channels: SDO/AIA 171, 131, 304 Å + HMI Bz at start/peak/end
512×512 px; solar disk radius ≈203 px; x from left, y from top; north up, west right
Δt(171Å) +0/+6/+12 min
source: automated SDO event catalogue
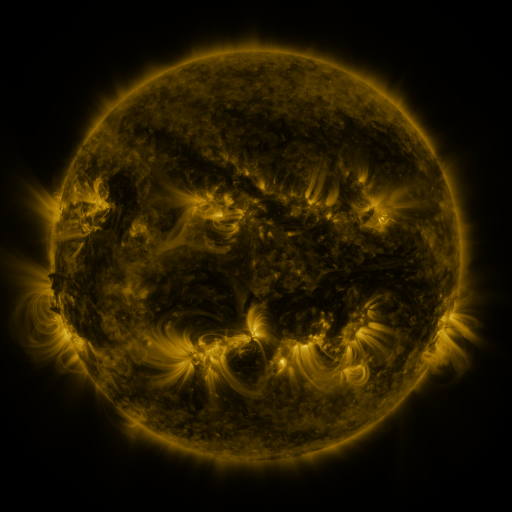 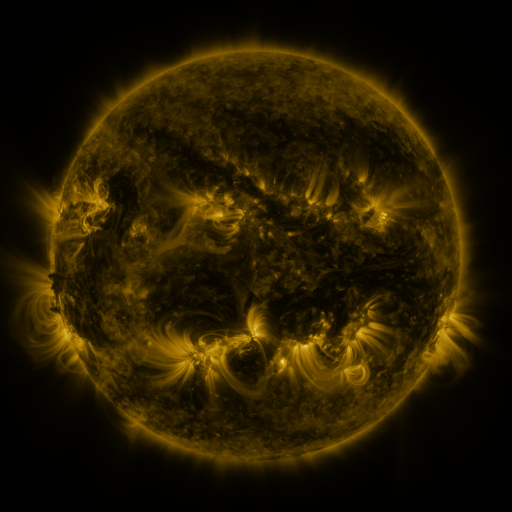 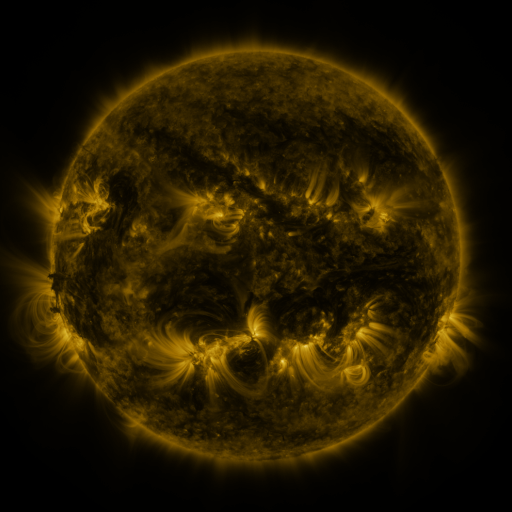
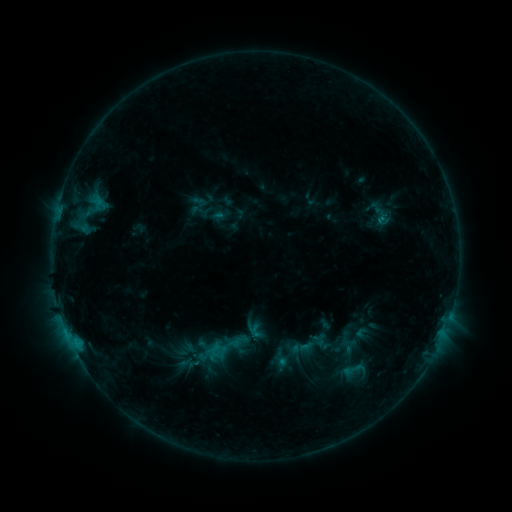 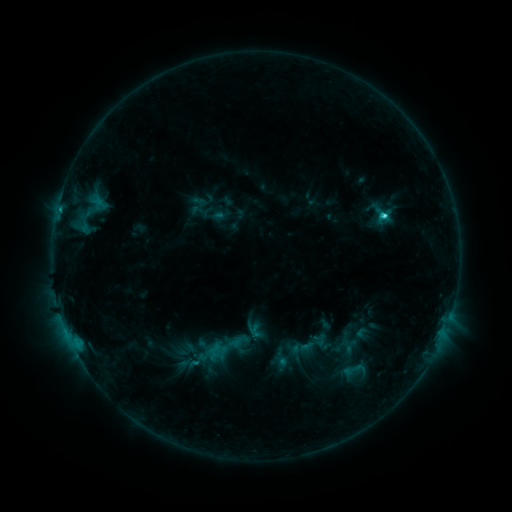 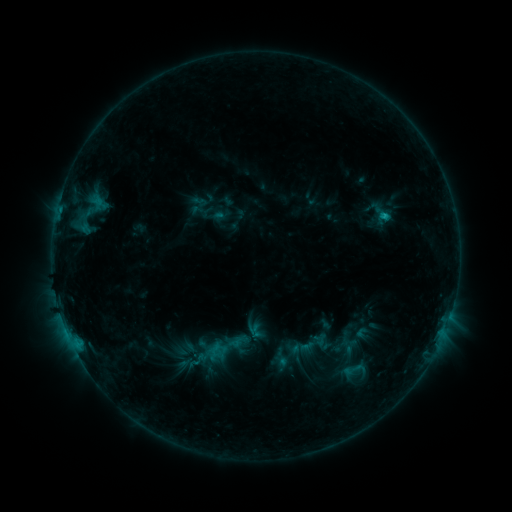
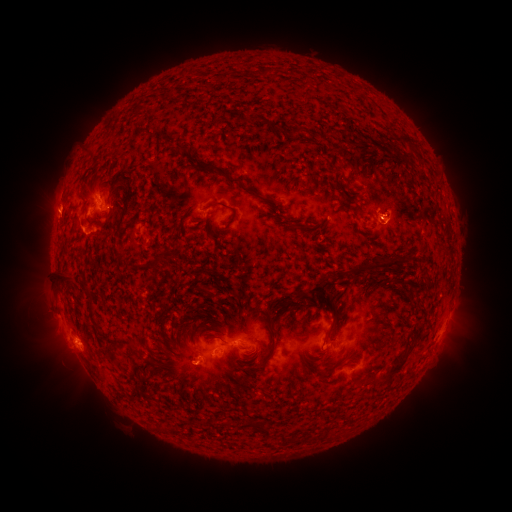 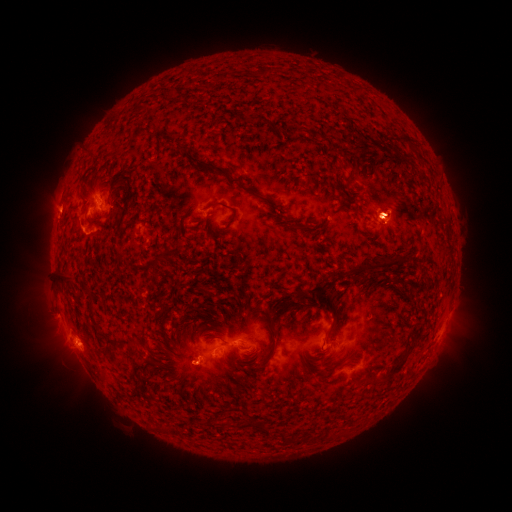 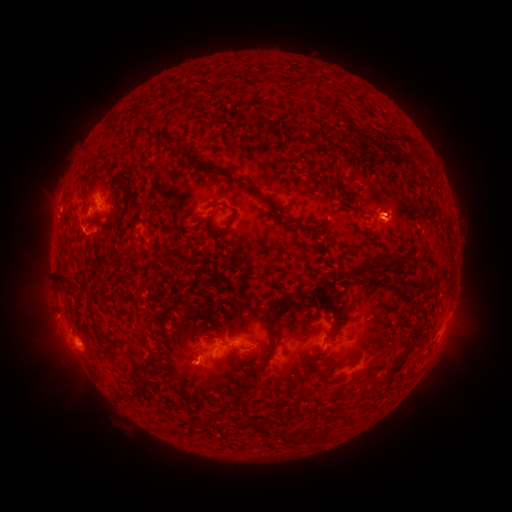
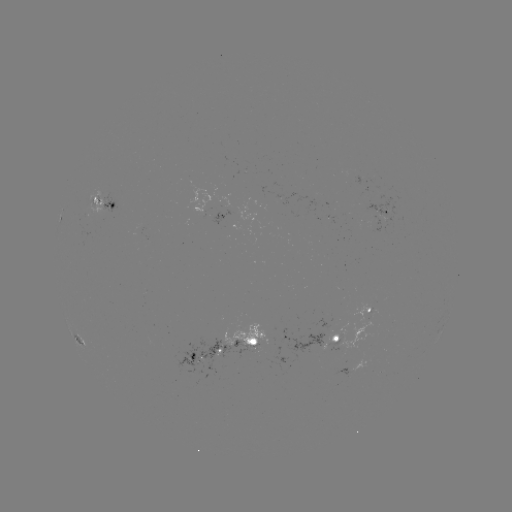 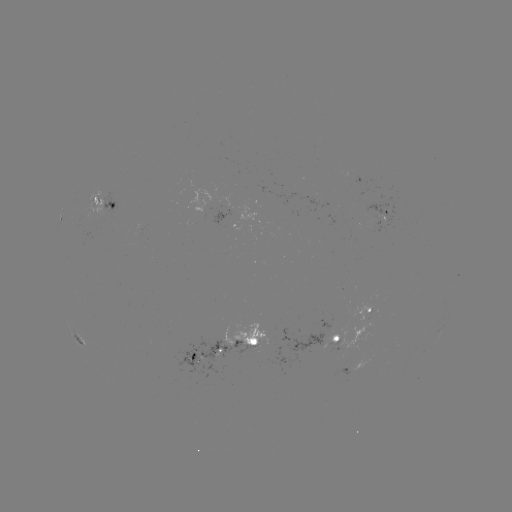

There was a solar flare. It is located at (379, 218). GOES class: C2.4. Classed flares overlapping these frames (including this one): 1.